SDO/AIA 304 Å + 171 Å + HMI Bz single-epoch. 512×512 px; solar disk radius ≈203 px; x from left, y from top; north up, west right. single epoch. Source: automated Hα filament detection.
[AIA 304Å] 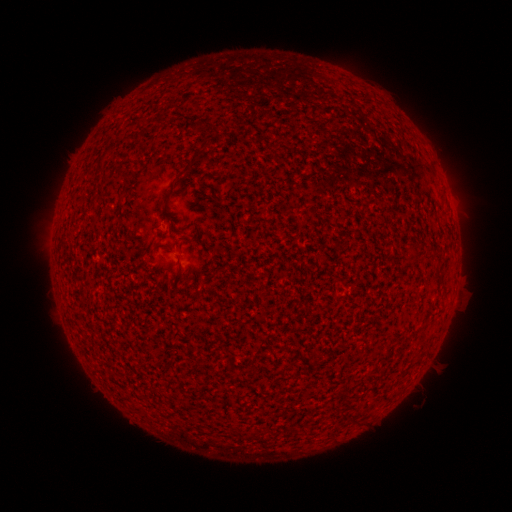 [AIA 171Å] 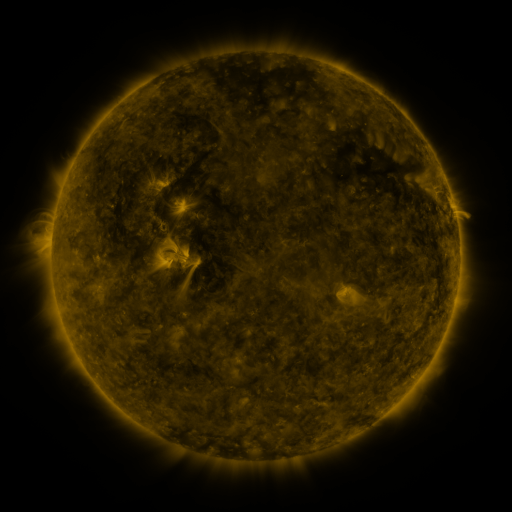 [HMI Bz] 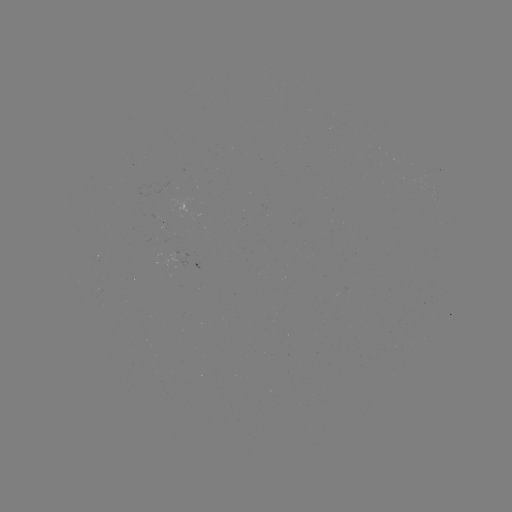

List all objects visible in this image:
filament: [179, 150, 202, 177]
filament: [174, 252, 187, 278]
